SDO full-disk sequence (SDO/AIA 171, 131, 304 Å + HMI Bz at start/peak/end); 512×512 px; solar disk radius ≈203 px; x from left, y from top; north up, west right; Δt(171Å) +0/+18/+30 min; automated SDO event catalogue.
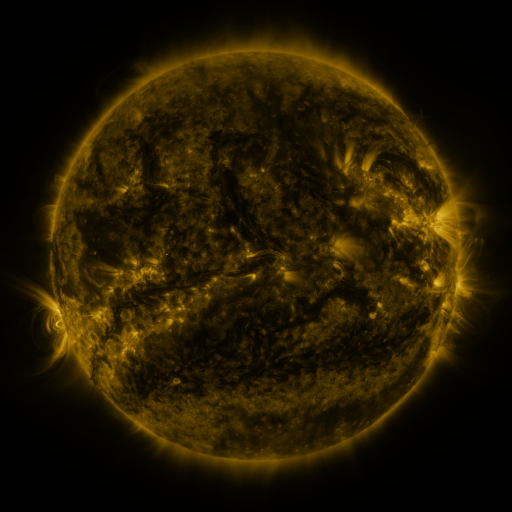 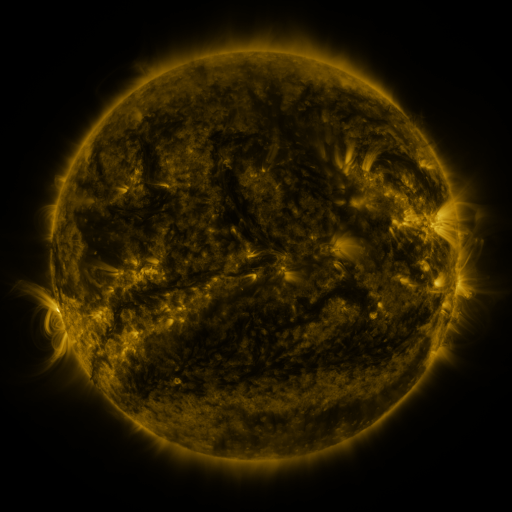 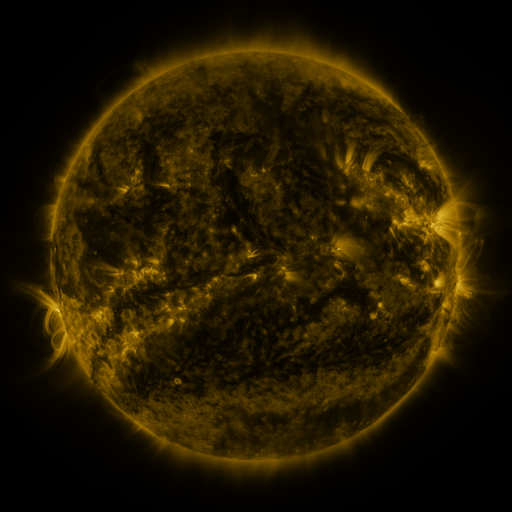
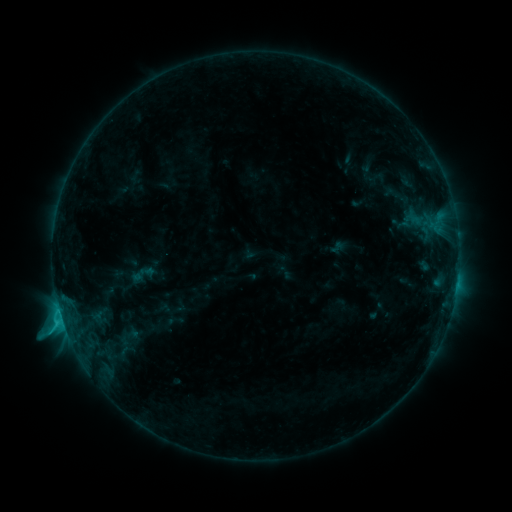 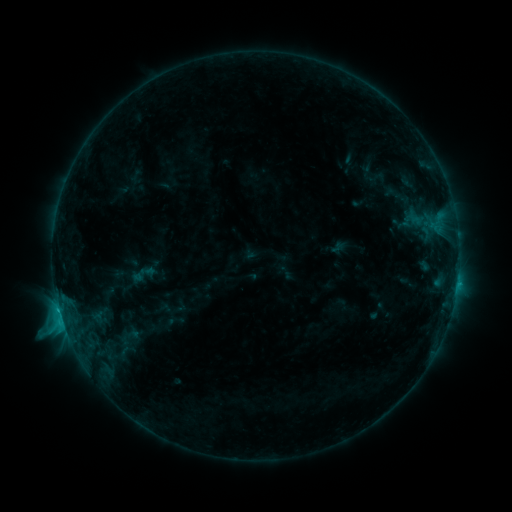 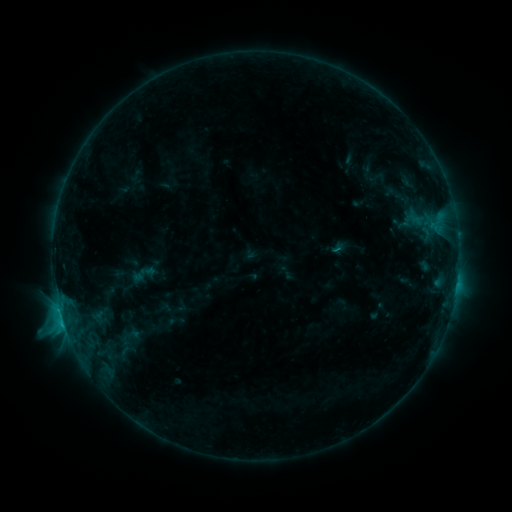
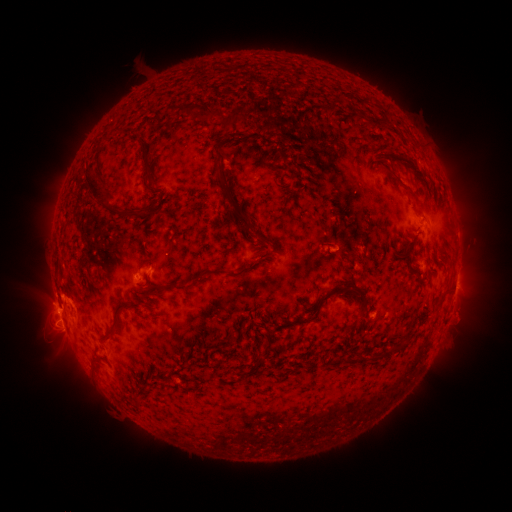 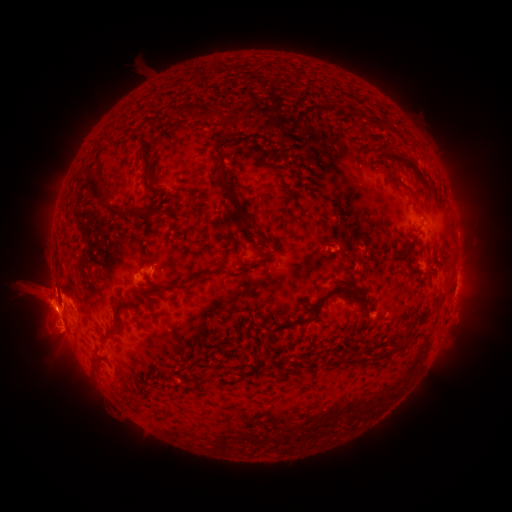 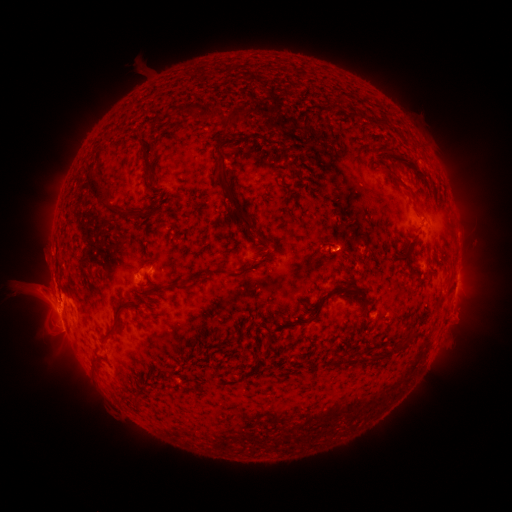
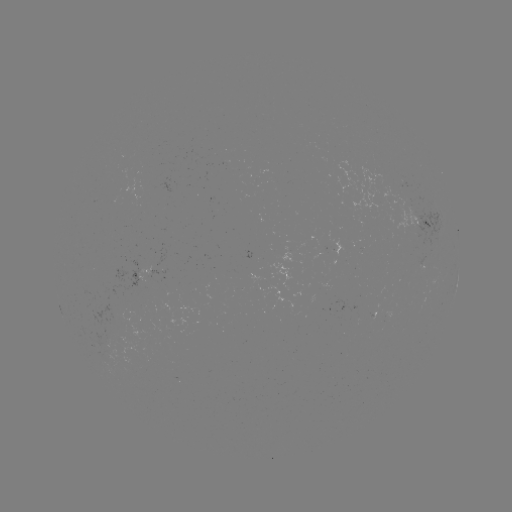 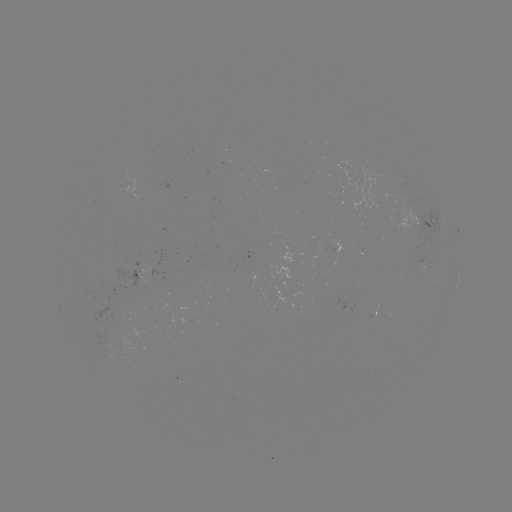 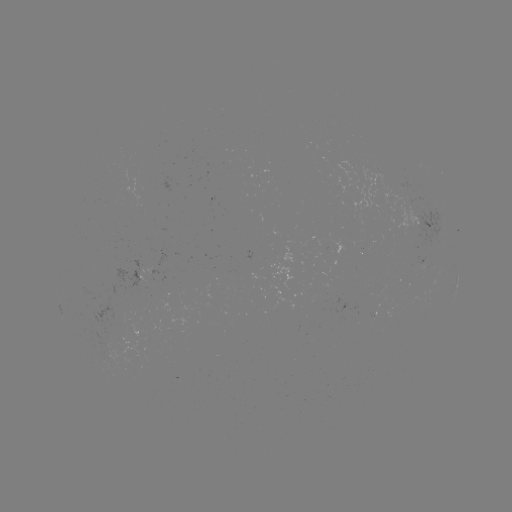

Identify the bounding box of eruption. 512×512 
[0, 200, 135, 391].